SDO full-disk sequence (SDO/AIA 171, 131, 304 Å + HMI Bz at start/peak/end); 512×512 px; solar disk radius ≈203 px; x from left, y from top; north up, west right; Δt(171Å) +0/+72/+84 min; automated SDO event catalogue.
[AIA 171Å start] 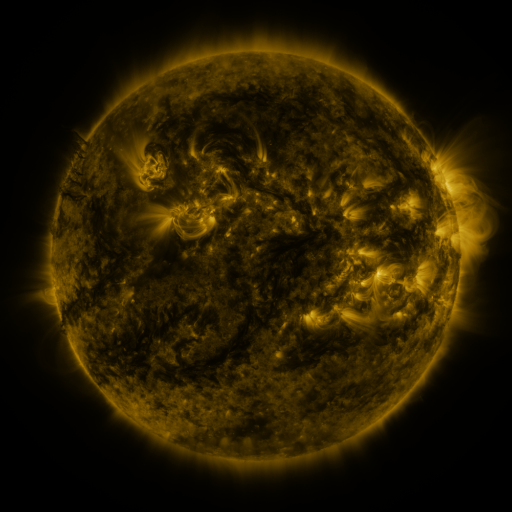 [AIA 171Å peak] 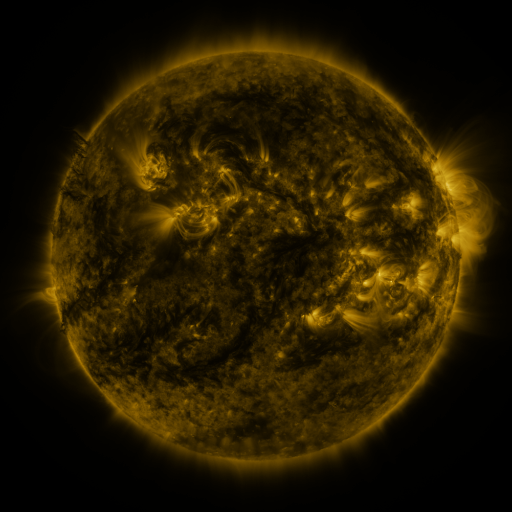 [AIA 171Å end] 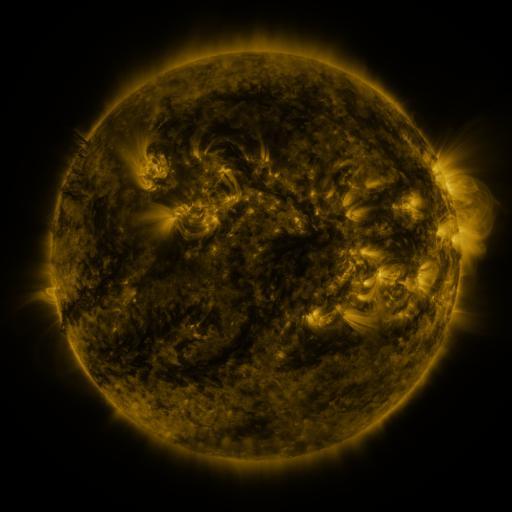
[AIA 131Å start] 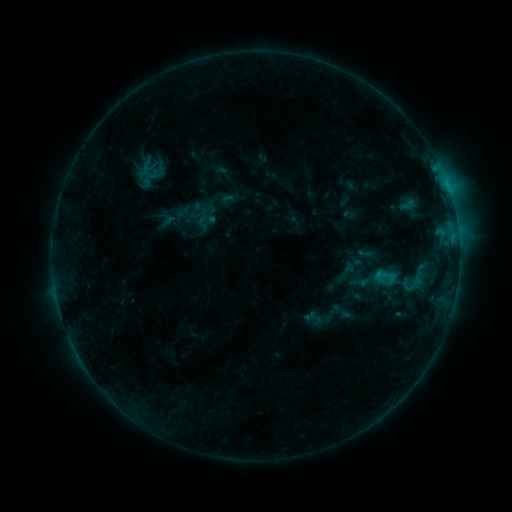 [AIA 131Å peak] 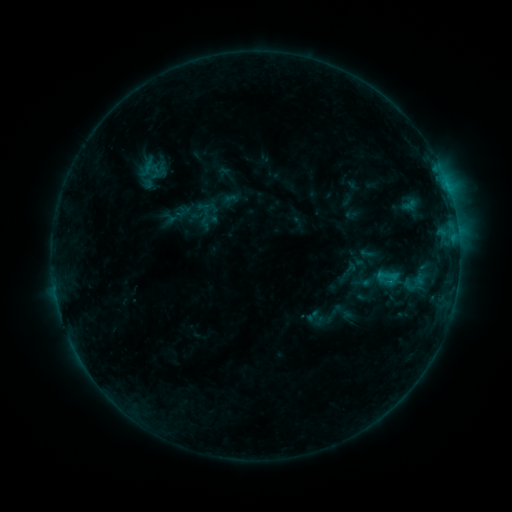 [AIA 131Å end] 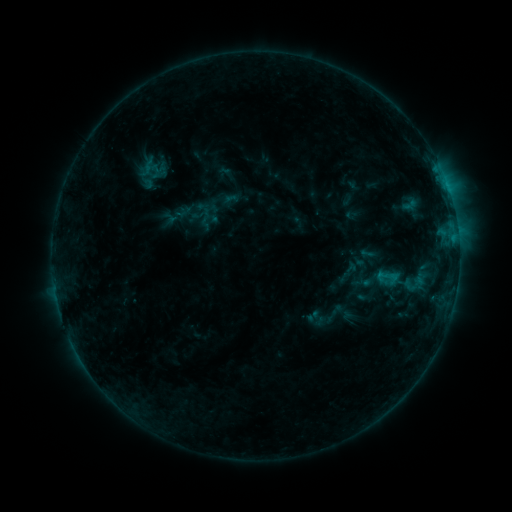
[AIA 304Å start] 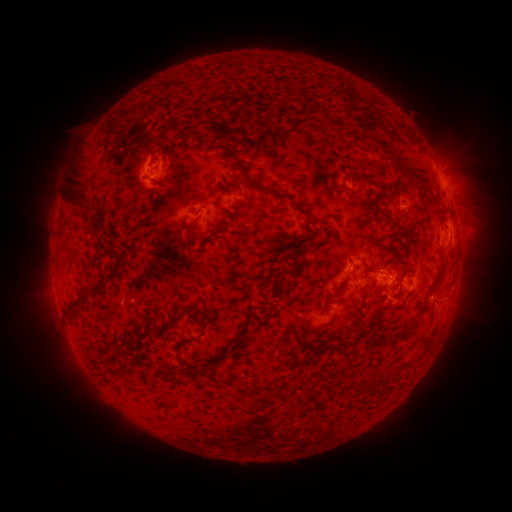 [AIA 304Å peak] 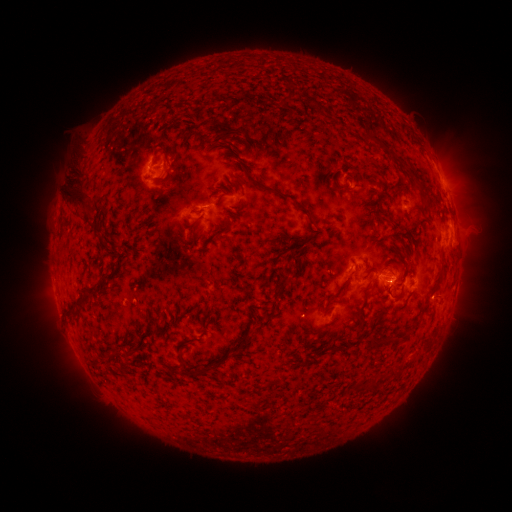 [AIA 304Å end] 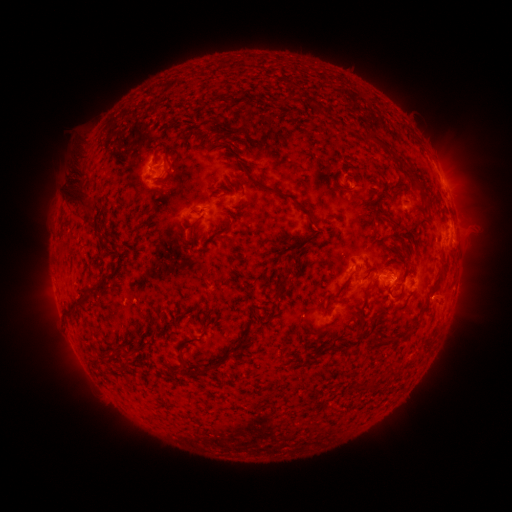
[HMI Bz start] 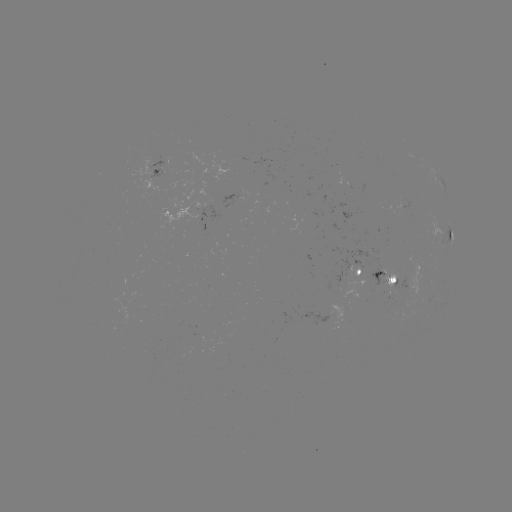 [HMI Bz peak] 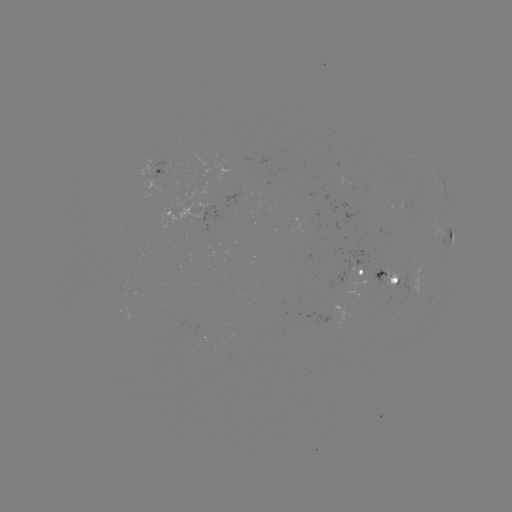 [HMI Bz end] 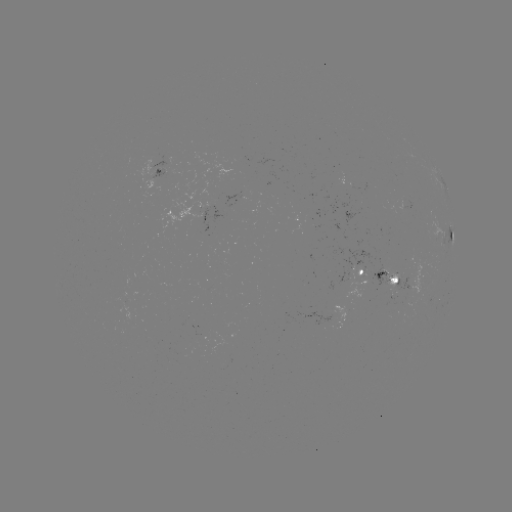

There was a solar emerging-flux region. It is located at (208, 211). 